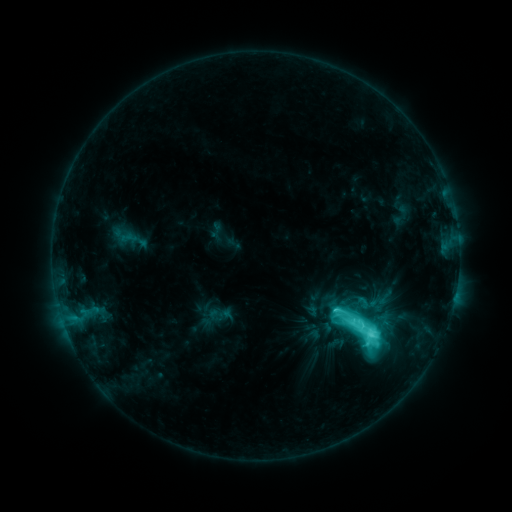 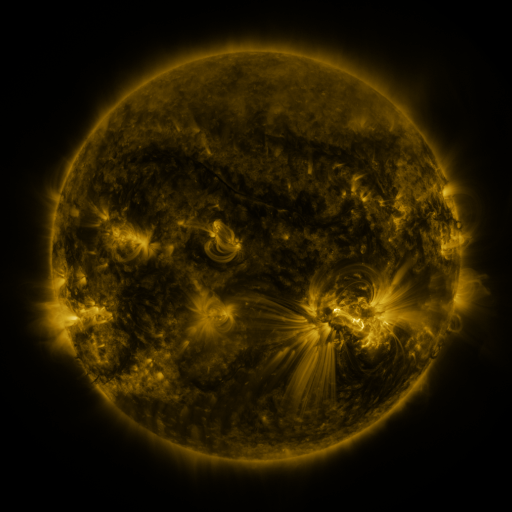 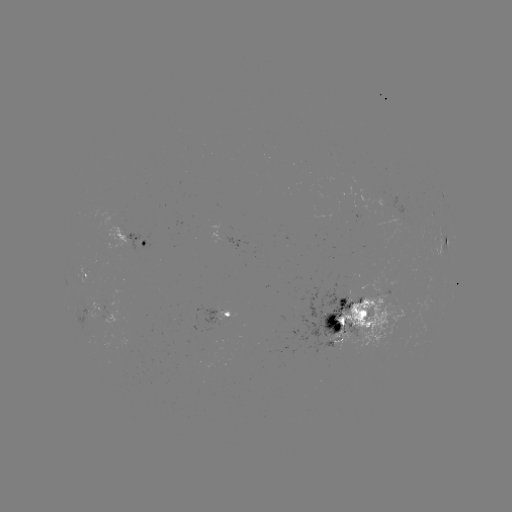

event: sigmoid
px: (362, 330)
